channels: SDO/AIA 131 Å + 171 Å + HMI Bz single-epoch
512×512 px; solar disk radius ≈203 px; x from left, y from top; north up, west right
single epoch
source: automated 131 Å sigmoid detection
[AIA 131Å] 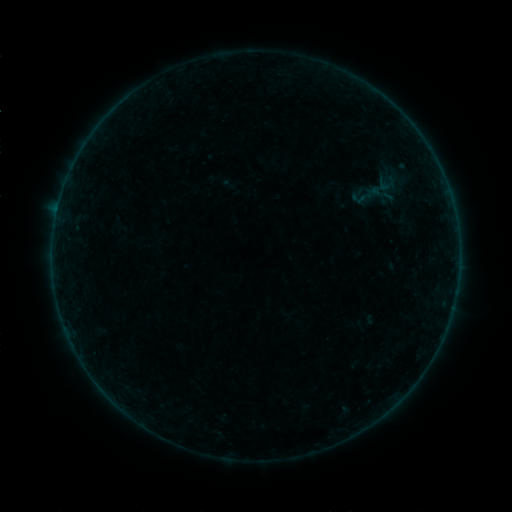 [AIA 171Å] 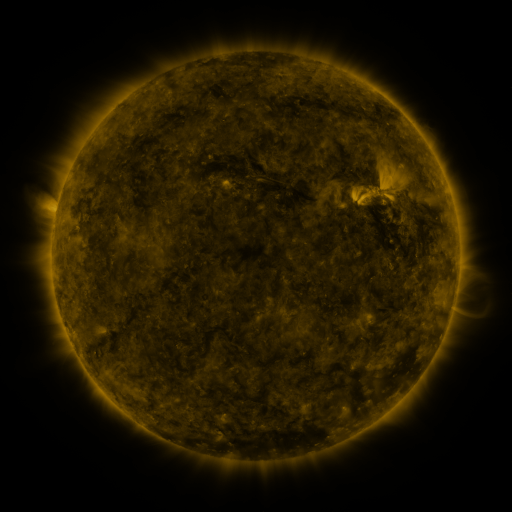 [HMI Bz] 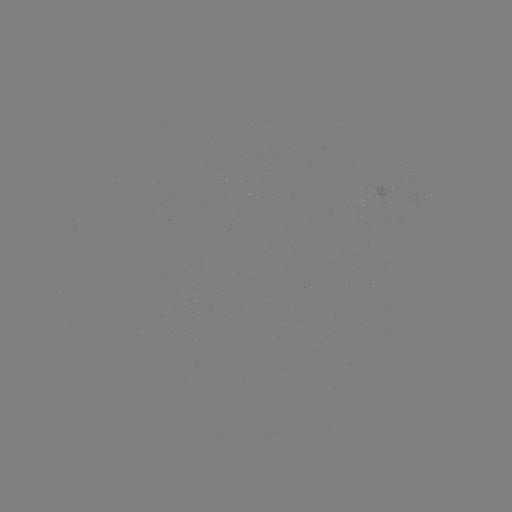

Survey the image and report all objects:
sigmoid: (376, 177, 399, 195)
sigmoid: (348, 184, 370, 202)
